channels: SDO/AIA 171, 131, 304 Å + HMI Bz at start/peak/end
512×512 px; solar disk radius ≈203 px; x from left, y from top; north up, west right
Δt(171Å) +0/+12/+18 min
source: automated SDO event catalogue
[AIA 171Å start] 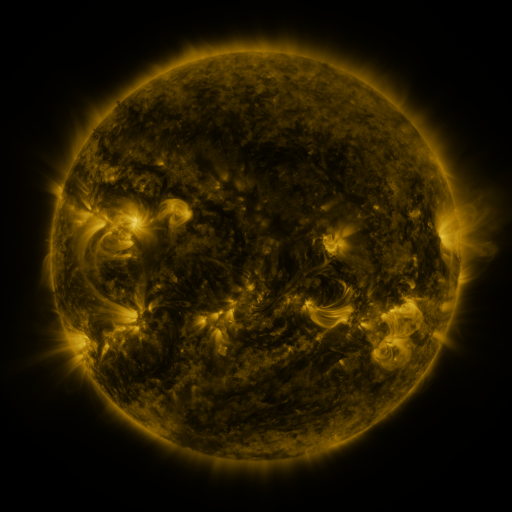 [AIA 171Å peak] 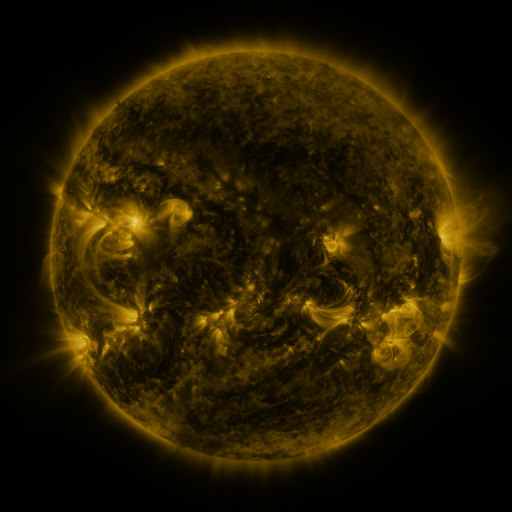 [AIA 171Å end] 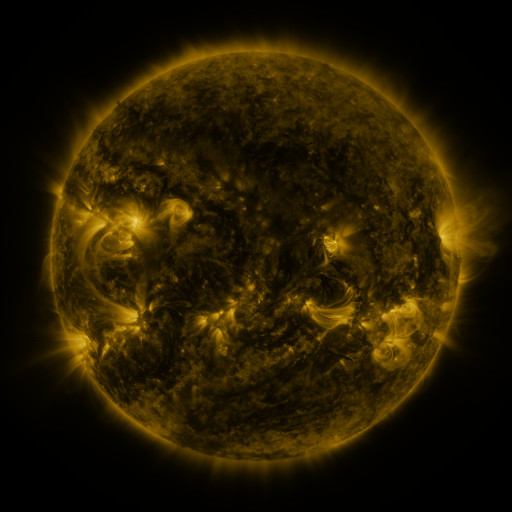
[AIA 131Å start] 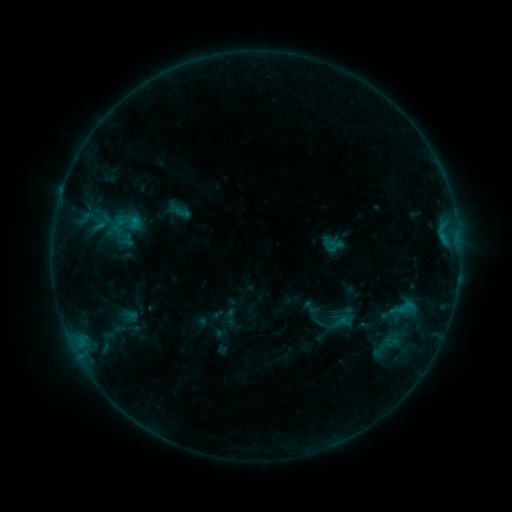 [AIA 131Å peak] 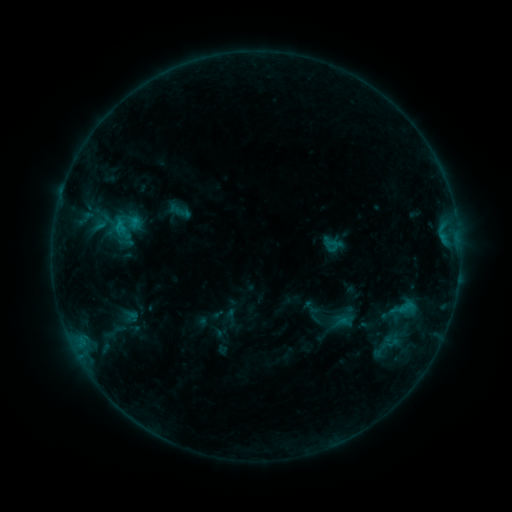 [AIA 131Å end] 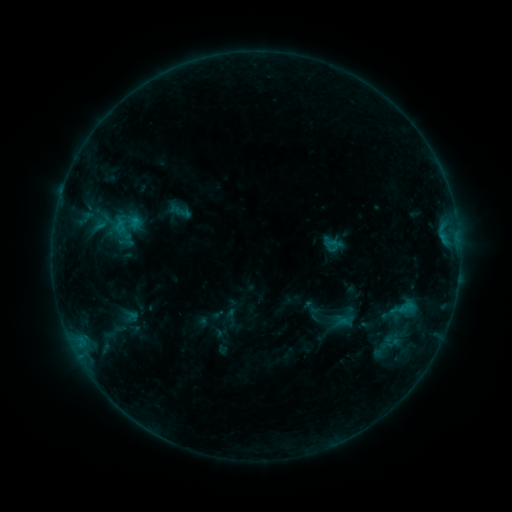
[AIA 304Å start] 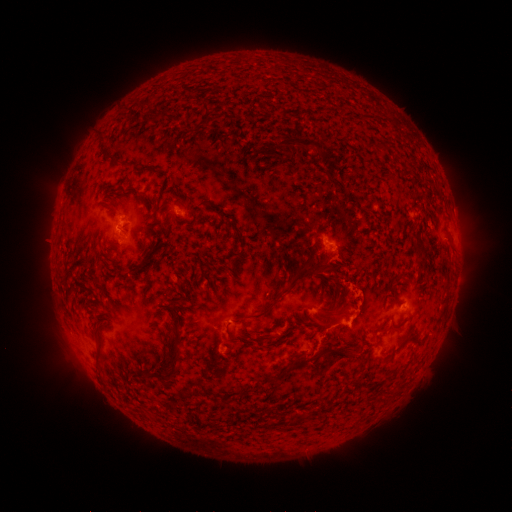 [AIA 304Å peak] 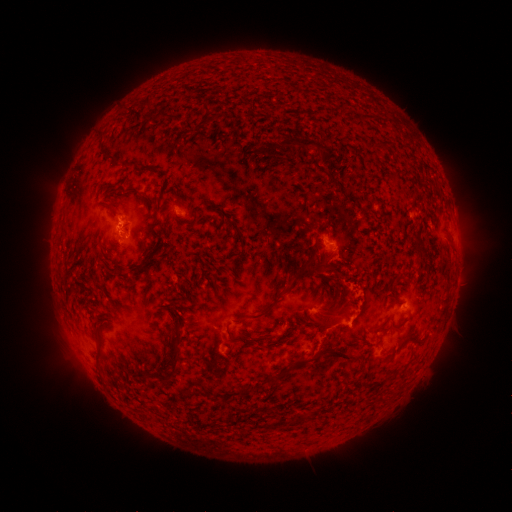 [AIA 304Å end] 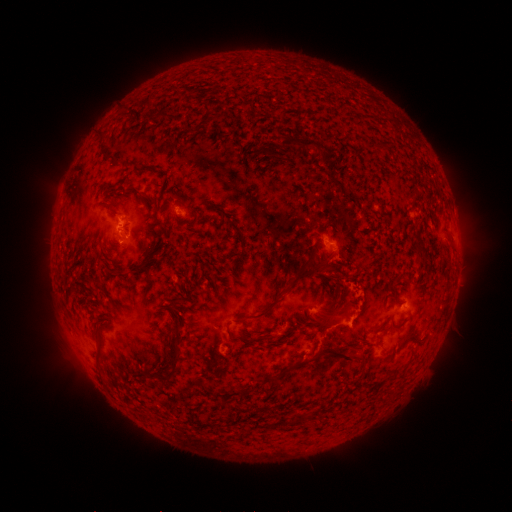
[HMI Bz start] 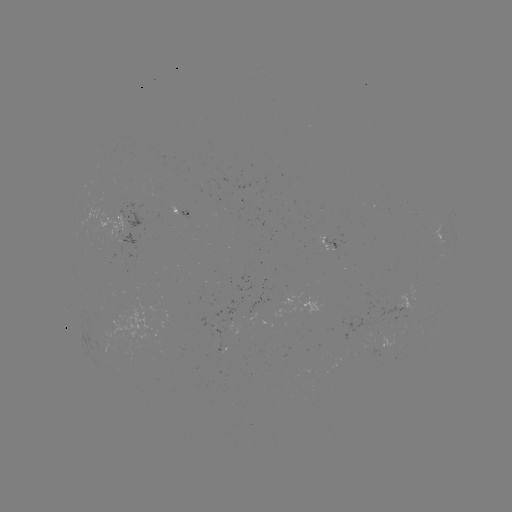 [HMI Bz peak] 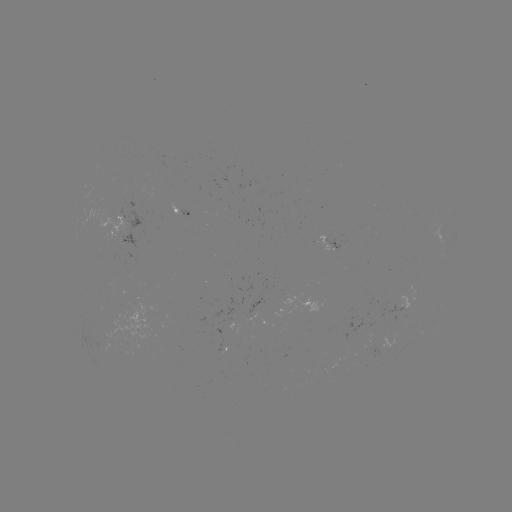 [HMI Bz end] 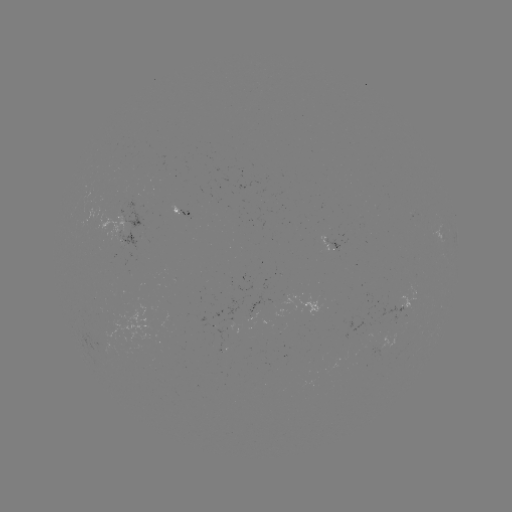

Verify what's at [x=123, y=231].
B7.3 flare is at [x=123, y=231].